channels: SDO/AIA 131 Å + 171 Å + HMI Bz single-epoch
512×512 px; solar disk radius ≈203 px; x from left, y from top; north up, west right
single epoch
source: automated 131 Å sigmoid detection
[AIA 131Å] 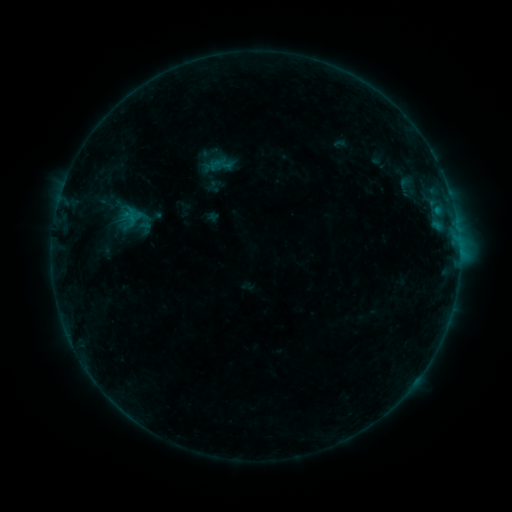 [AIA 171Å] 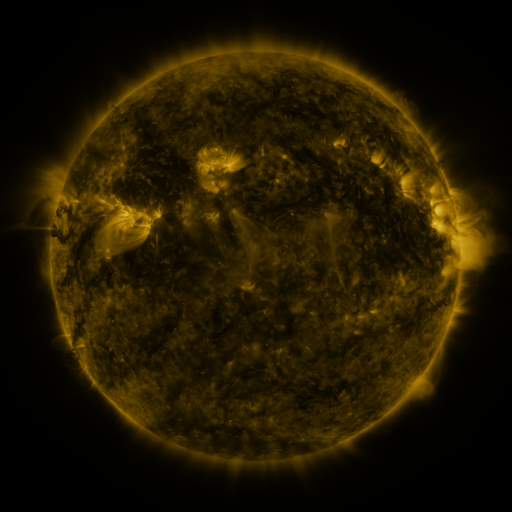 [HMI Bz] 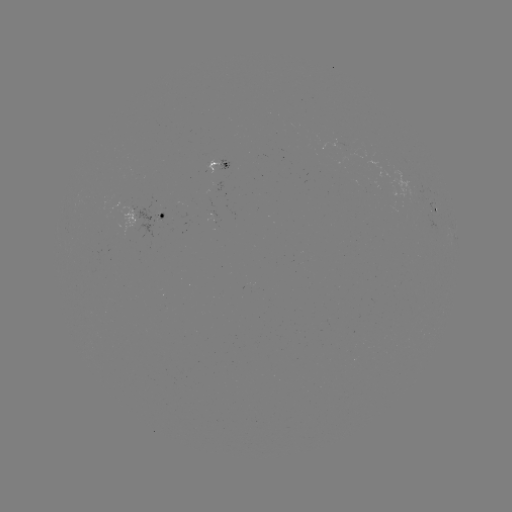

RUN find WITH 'sigmoid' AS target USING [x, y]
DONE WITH [221, 165] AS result